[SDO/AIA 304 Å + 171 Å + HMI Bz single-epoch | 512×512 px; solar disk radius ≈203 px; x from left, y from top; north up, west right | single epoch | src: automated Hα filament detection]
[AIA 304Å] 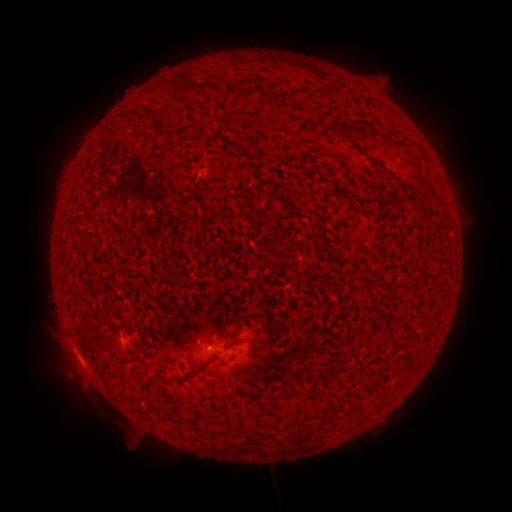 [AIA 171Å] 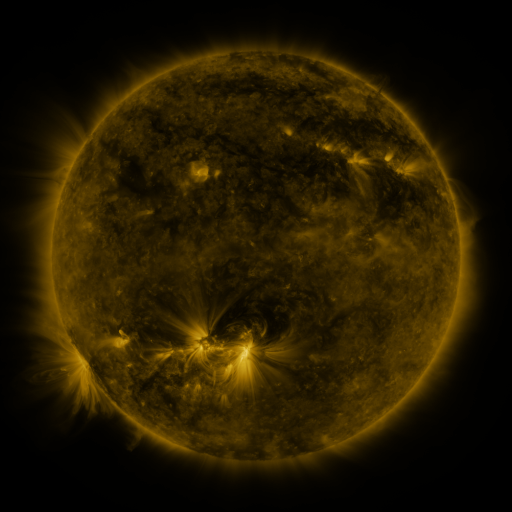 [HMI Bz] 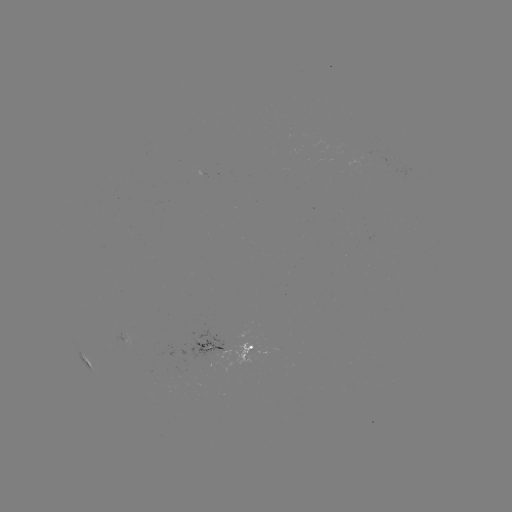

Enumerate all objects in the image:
filament: (192, 87)
filament: (271, 87)
filament: (379, 164)
filament: (160, 377)
filament: (183, 378)
